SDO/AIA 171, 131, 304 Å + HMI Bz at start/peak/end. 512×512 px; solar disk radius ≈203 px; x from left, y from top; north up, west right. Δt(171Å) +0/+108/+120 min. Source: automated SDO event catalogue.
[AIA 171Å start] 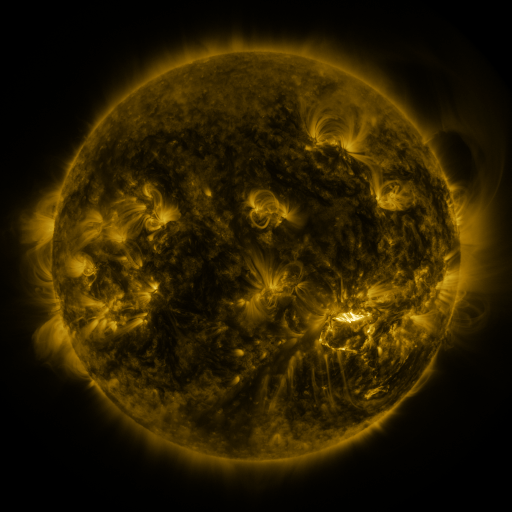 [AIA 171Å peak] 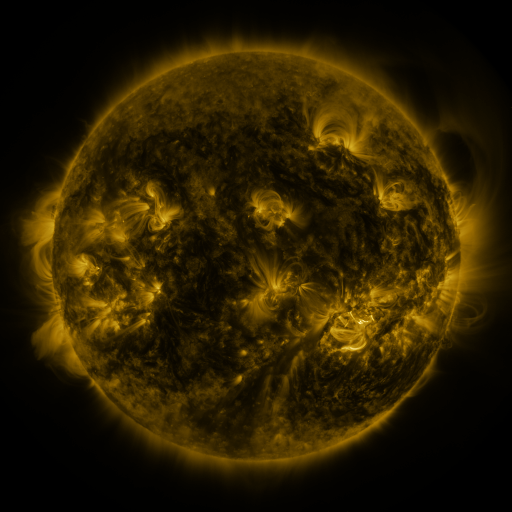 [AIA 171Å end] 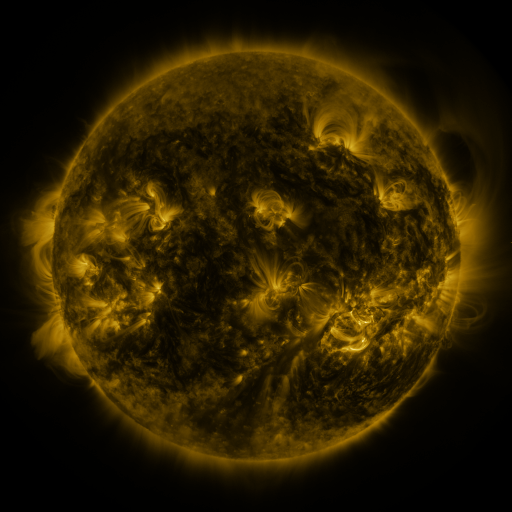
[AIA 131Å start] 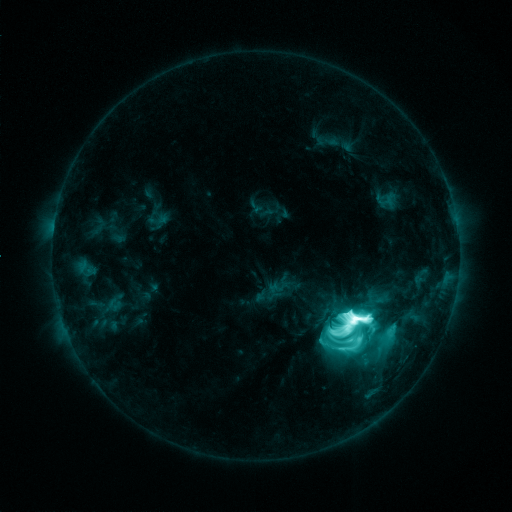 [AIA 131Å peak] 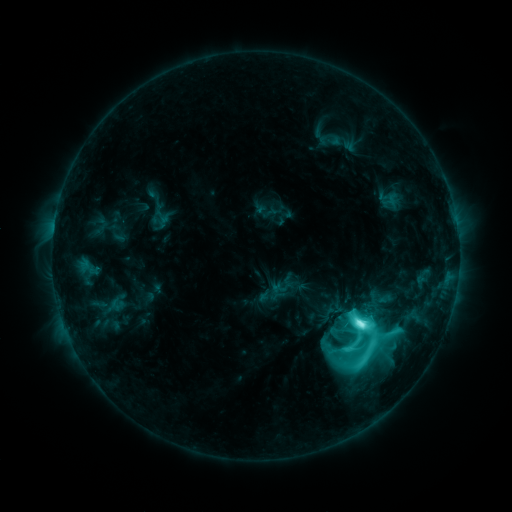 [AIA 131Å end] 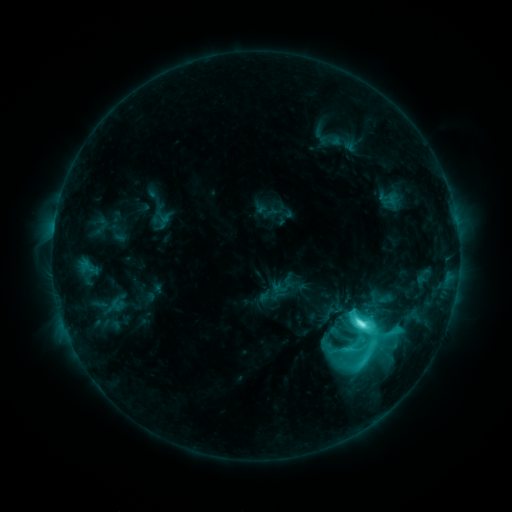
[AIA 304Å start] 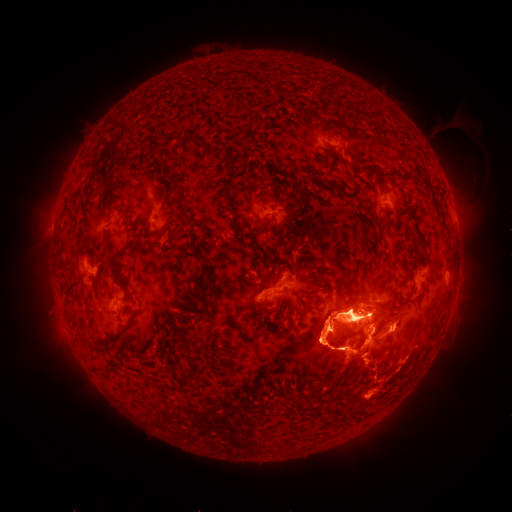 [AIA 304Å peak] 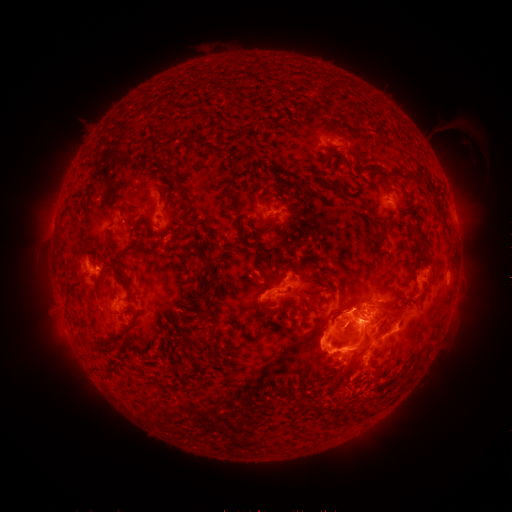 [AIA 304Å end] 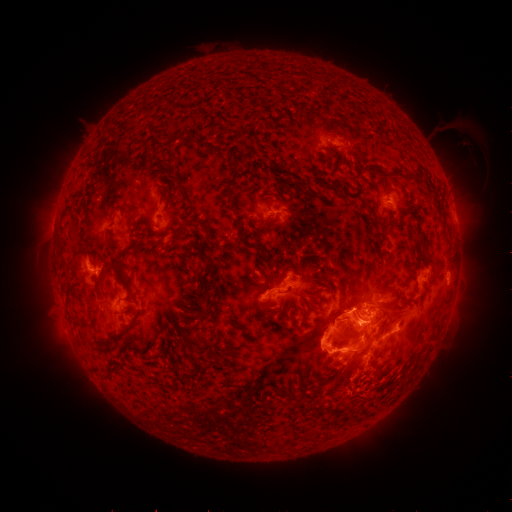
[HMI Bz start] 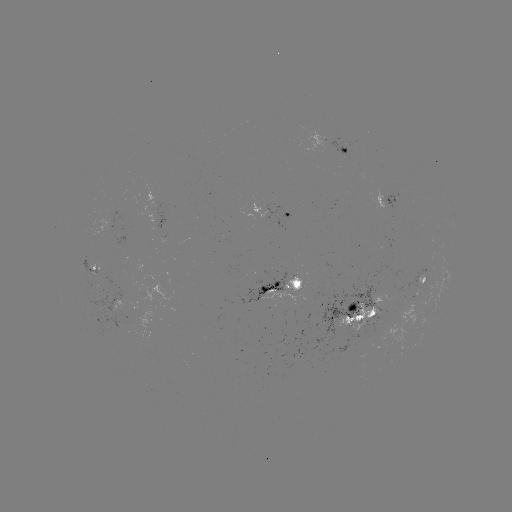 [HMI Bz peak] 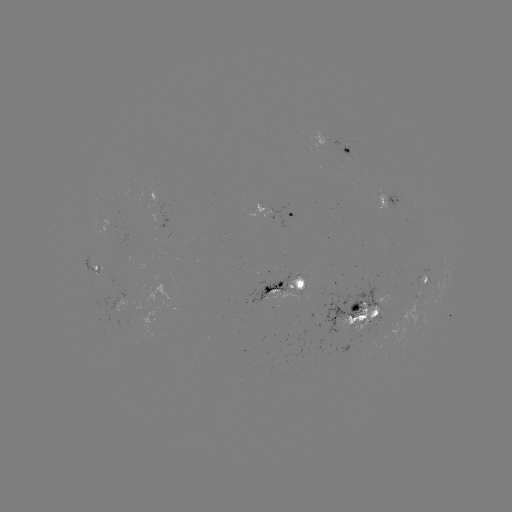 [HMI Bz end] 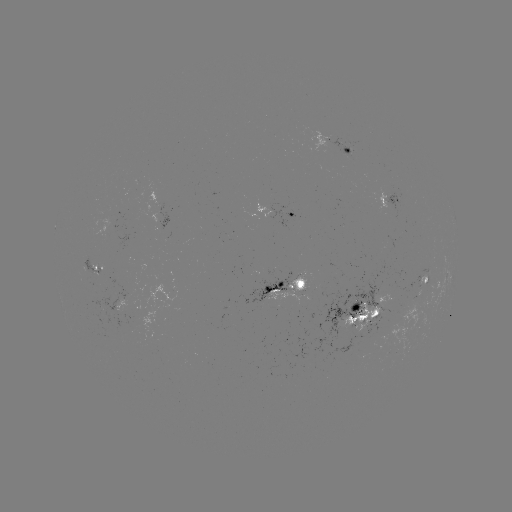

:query emerging-flux region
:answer [358, 322]